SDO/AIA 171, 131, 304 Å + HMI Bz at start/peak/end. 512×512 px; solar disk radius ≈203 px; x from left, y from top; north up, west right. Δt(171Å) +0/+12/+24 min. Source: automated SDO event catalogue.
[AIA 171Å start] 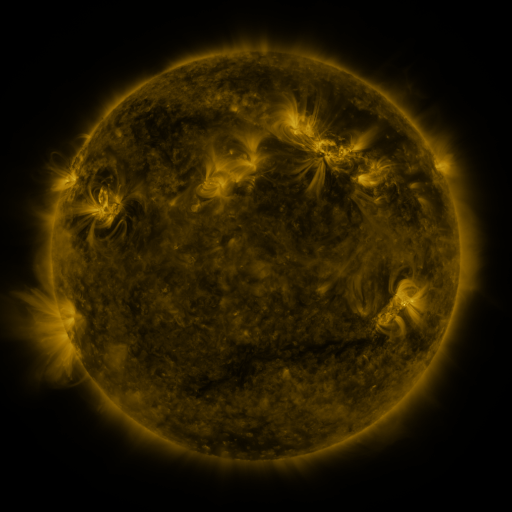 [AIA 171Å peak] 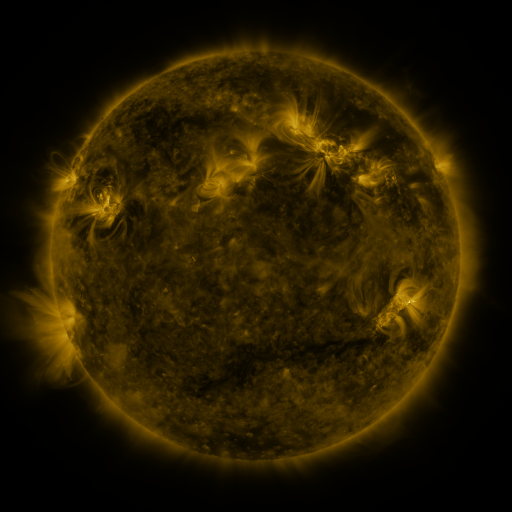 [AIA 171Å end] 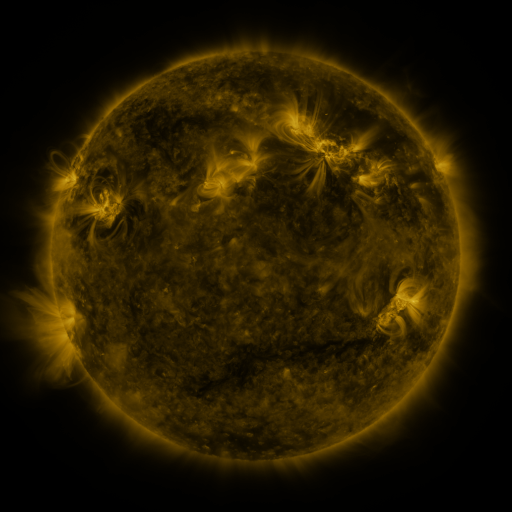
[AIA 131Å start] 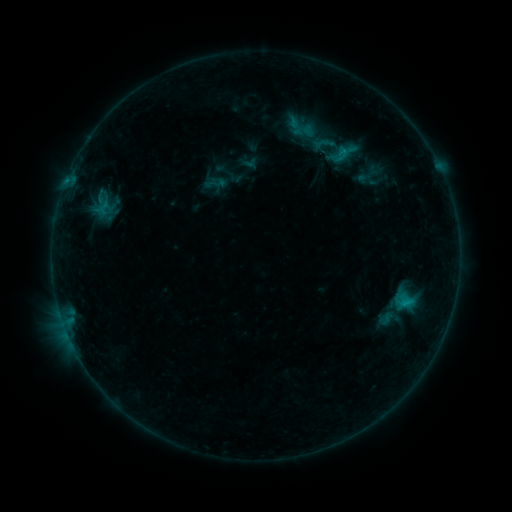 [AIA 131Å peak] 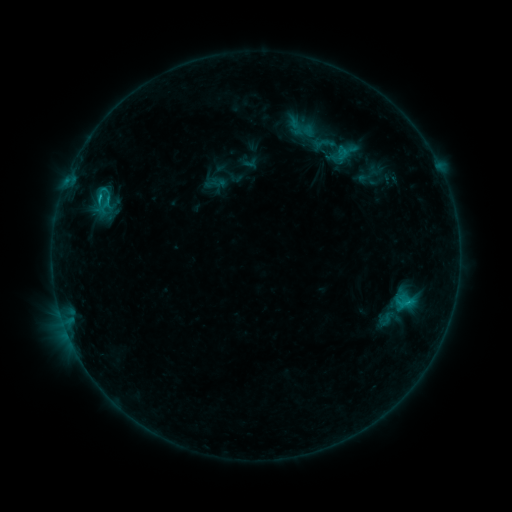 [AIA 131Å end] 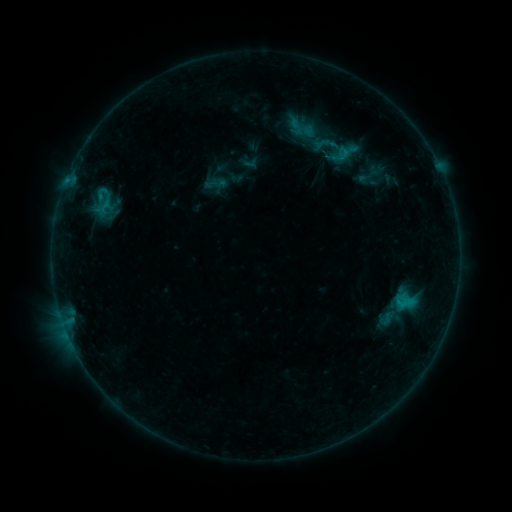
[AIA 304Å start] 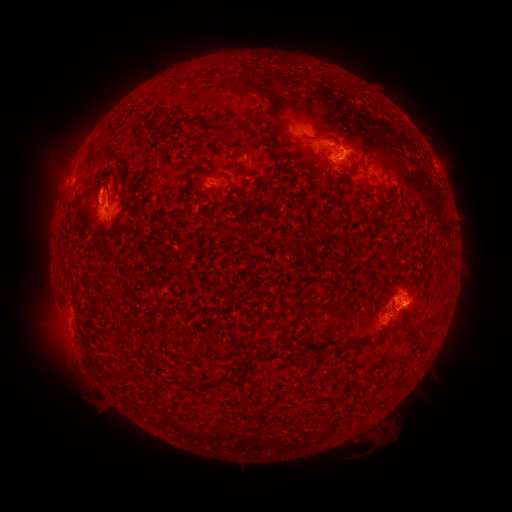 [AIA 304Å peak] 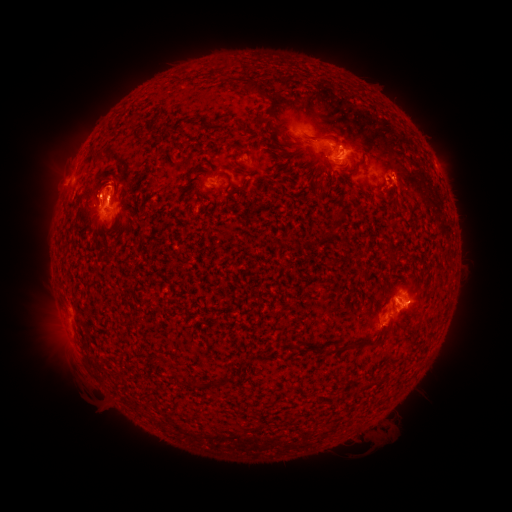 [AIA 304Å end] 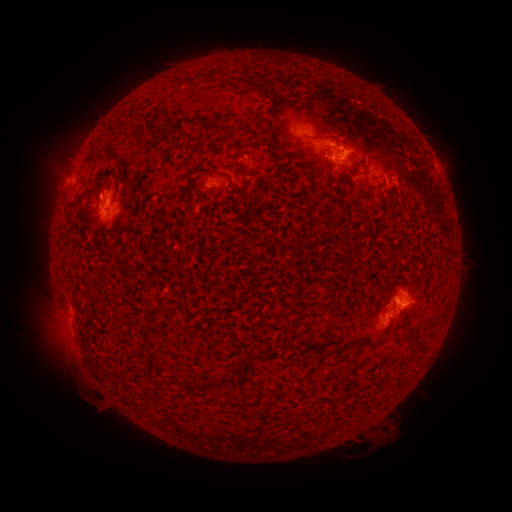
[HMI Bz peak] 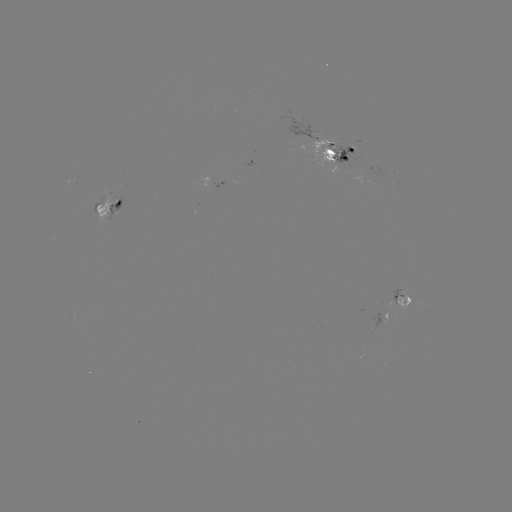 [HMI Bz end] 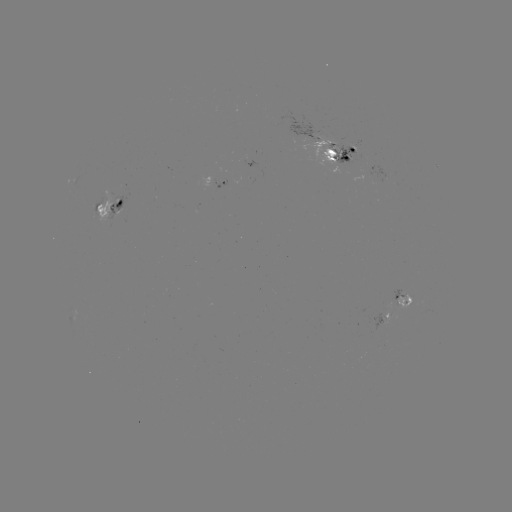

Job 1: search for C1.3 flare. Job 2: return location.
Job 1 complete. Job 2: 101,194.